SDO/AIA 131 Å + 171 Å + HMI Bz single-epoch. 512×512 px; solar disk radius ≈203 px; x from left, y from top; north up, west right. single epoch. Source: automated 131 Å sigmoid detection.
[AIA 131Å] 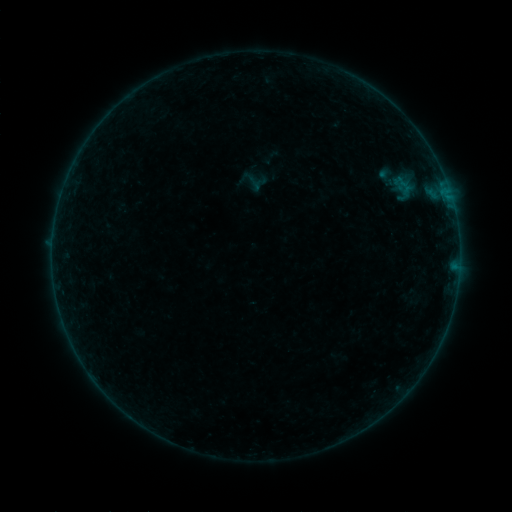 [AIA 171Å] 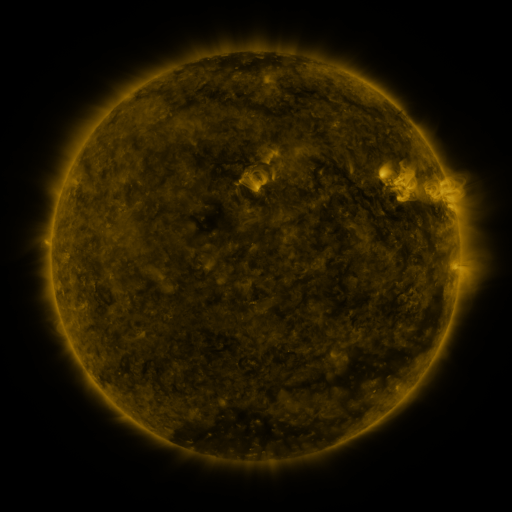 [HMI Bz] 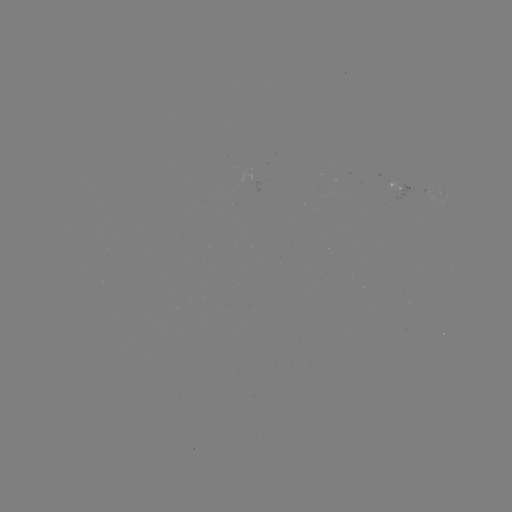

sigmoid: (372, 165, 402, 191)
